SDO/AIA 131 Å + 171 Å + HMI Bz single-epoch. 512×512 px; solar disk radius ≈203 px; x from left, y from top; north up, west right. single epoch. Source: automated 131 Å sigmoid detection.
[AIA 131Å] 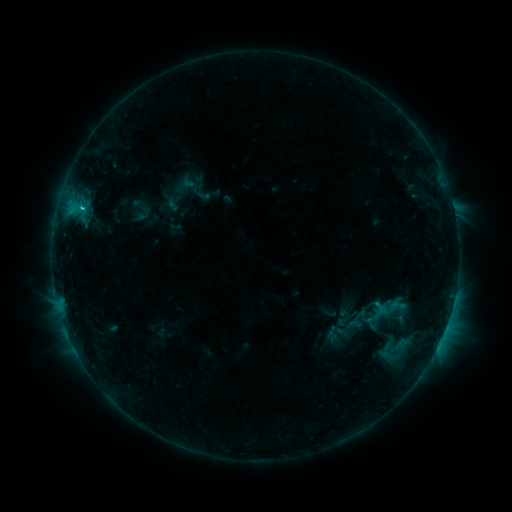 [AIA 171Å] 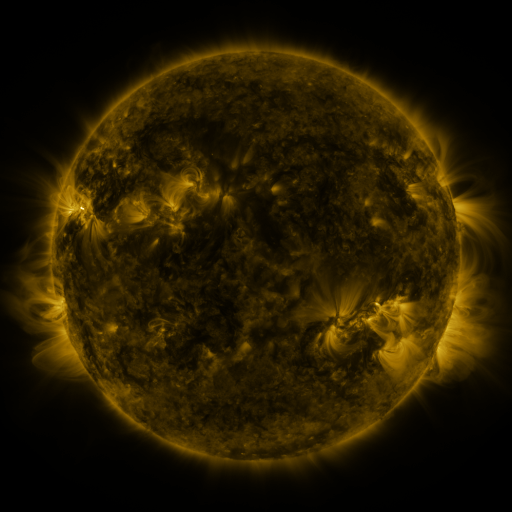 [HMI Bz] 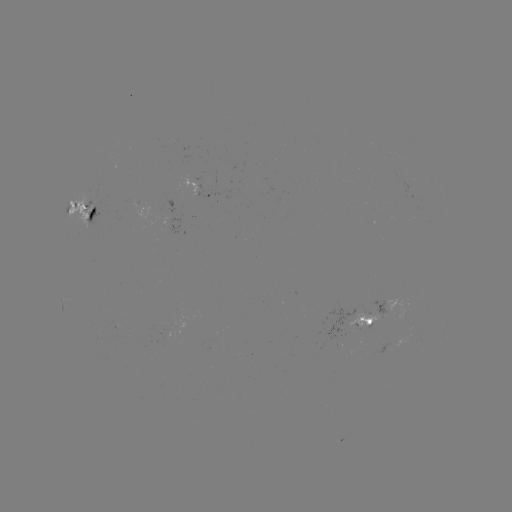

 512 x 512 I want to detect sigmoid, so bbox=[388, 296, 405, 315].